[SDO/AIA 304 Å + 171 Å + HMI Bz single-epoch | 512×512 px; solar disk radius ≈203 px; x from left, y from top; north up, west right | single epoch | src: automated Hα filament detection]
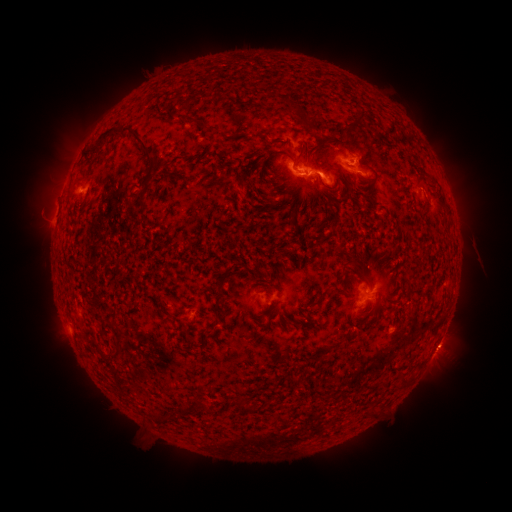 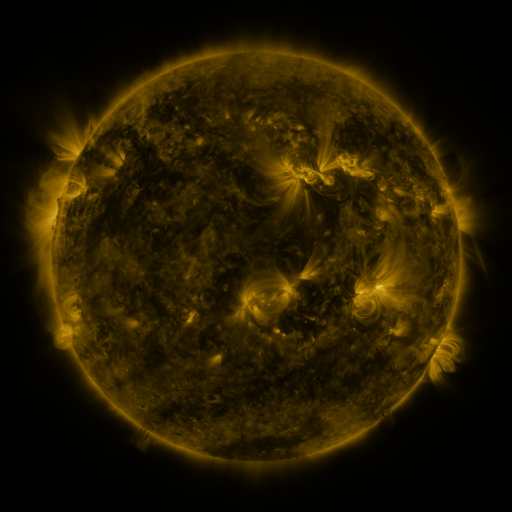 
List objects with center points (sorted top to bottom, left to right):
filament: (355, 109, 367, 123)
filament: (186, 115, 209, 129)
filament: (304, 121, 323, 134)
filament: (99, 125, 161, 167)
filament: (142, 179, 150, 193)
filament: (432, 180, 440, 190)
filament: (340, 260, 352, 274)
filament: (249, 268, 264, 277)
filament: (331, 284, 344, 297)
filament: (211, 303, 220, 314)
filament: (113, 332, 123, 350)
filament: (237, 403, 254, 414)
